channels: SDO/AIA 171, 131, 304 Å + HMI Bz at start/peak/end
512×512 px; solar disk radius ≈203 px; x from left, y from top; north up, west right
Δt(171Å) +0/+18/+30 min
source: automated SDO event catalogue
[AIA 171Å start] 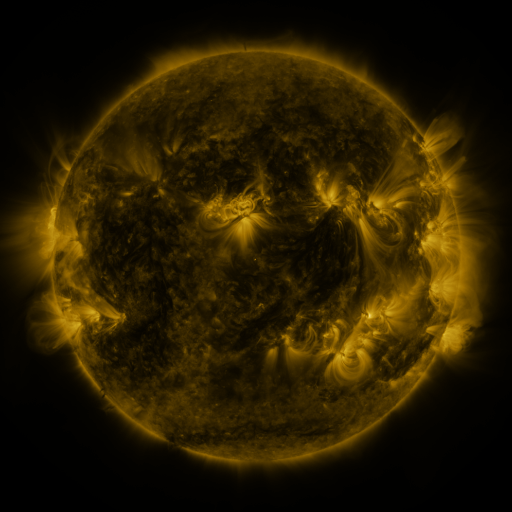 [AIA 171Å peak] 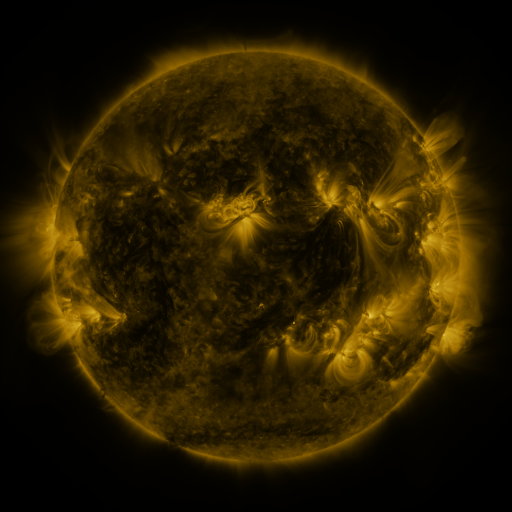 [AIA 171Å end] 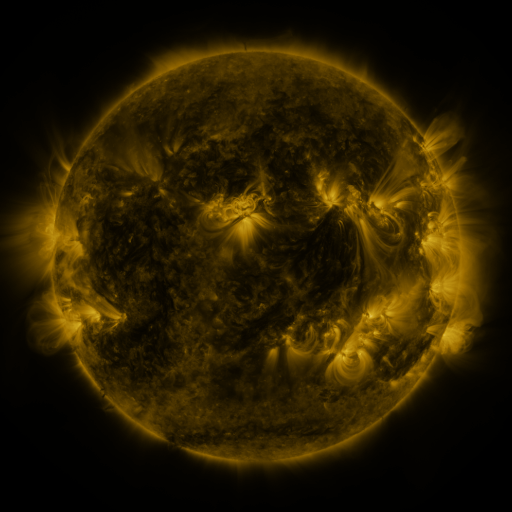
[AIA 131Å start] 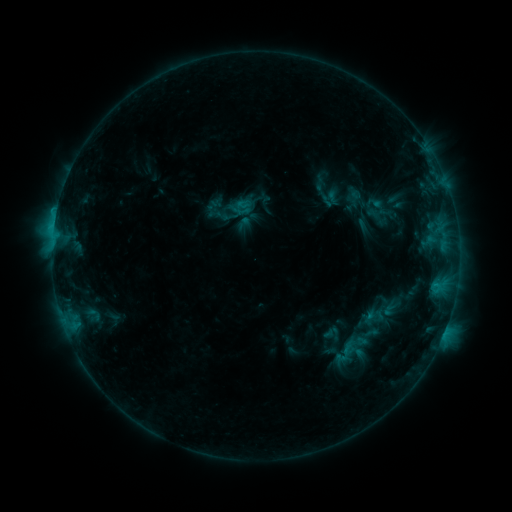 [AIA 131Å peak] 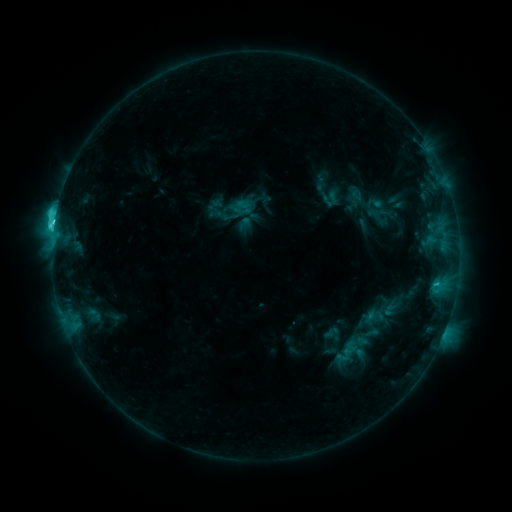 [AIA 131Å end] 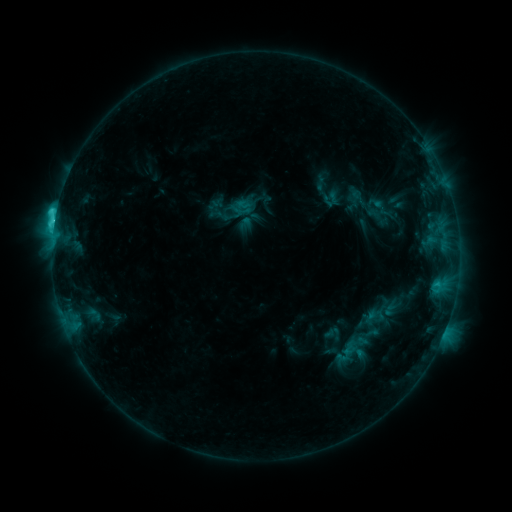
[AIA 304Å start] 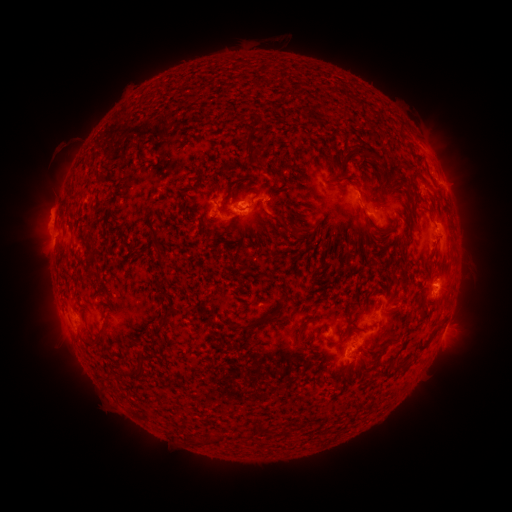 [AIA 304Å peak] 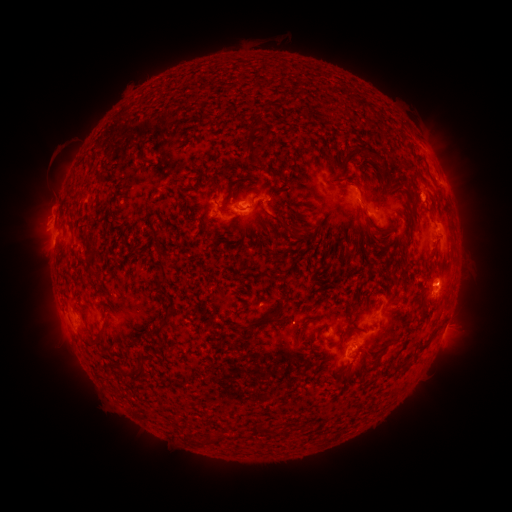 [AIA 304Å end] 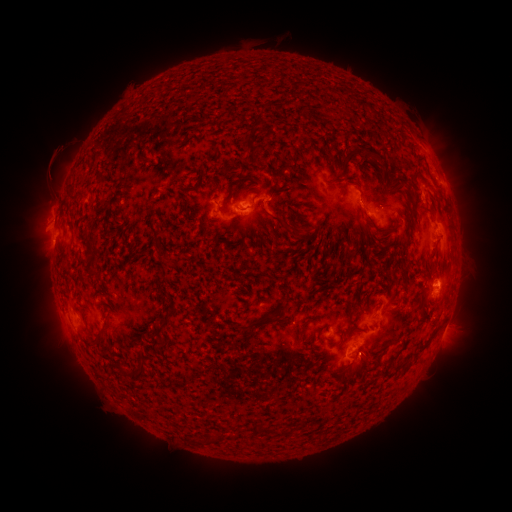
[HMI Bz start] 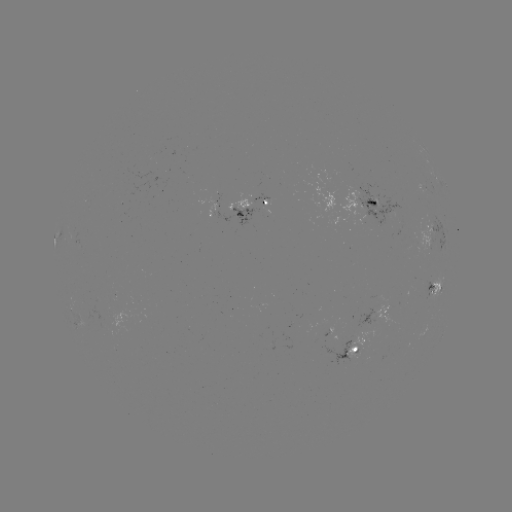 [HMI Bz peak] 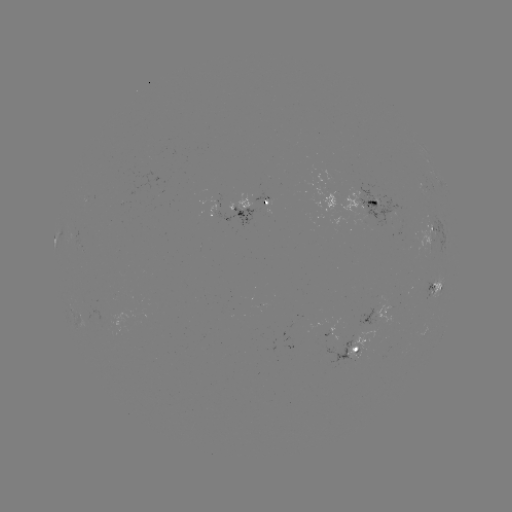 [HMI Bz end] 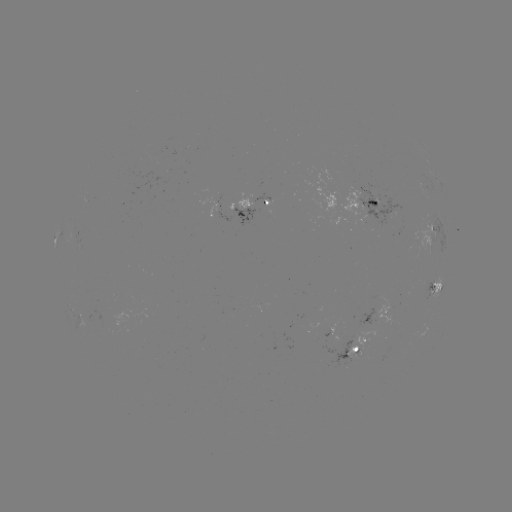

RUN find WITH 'C4.2 flare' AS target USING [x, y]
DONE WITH [55, 224] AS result